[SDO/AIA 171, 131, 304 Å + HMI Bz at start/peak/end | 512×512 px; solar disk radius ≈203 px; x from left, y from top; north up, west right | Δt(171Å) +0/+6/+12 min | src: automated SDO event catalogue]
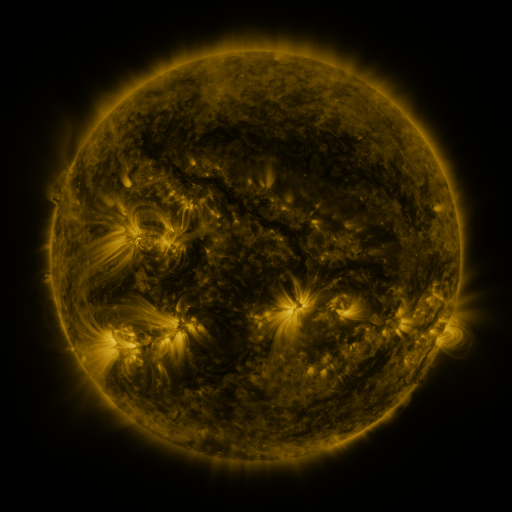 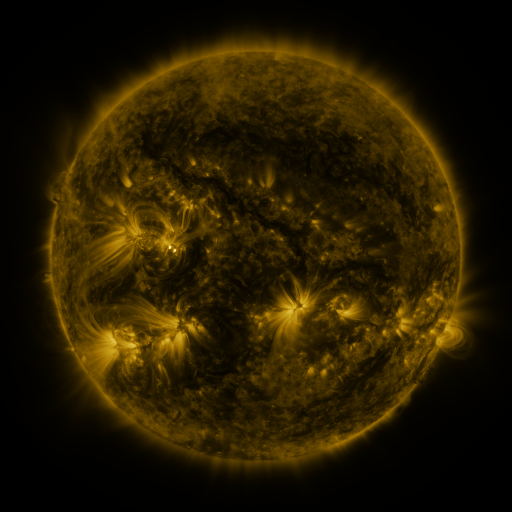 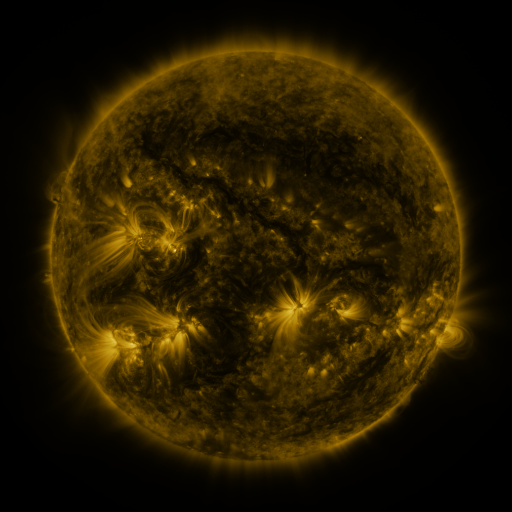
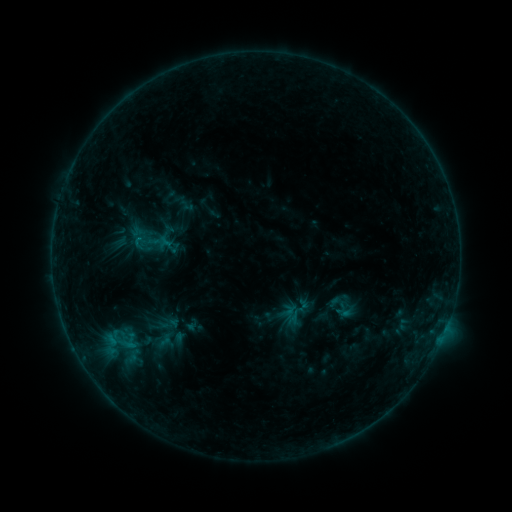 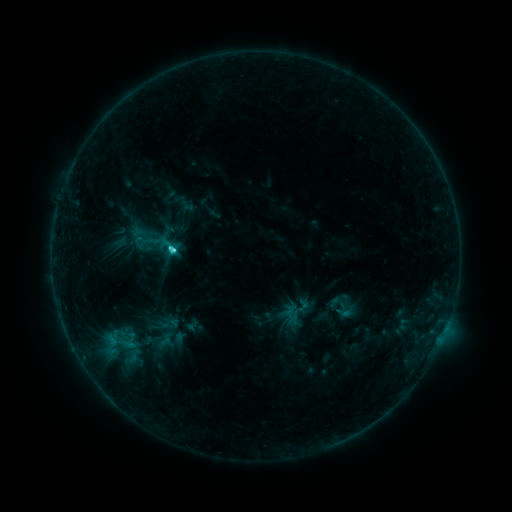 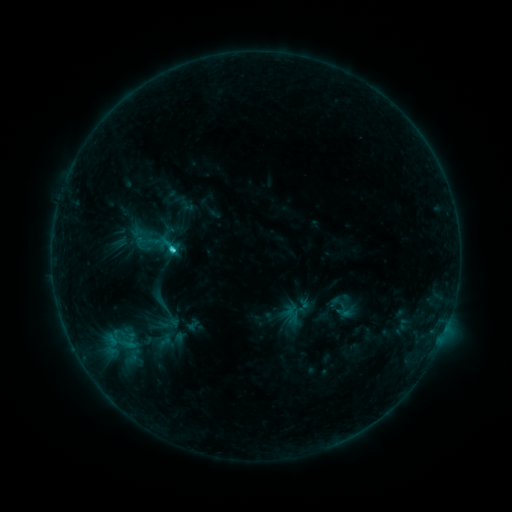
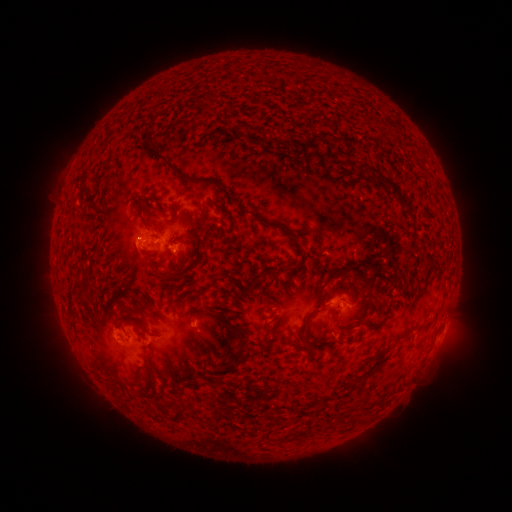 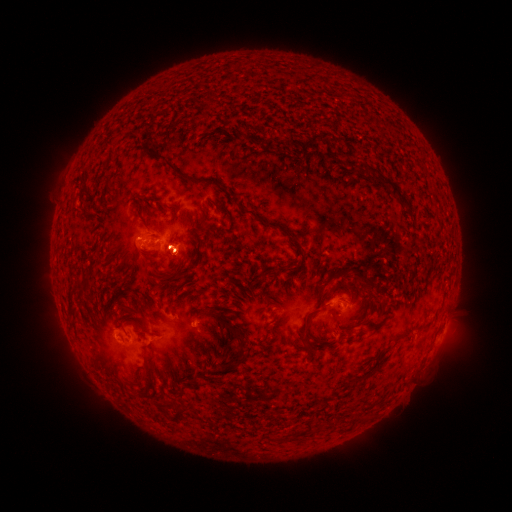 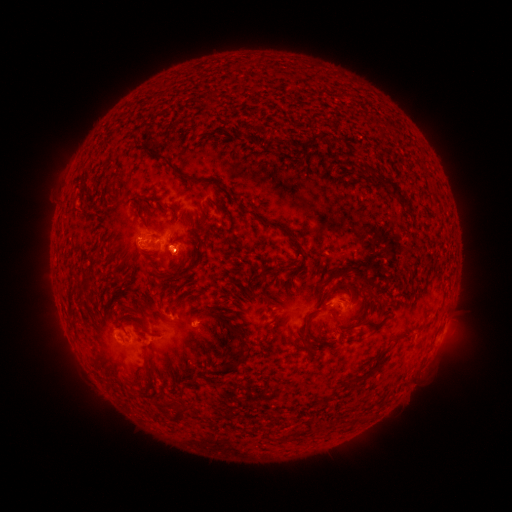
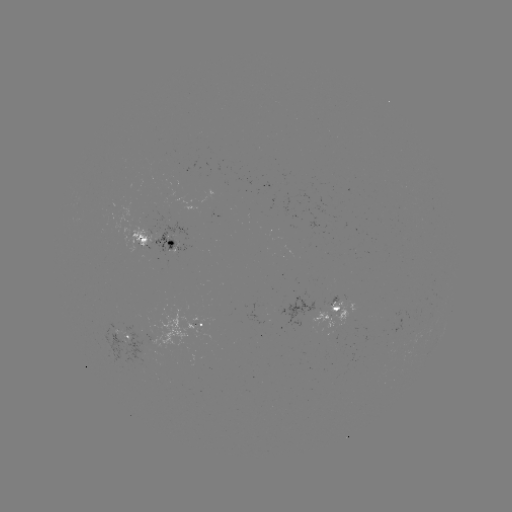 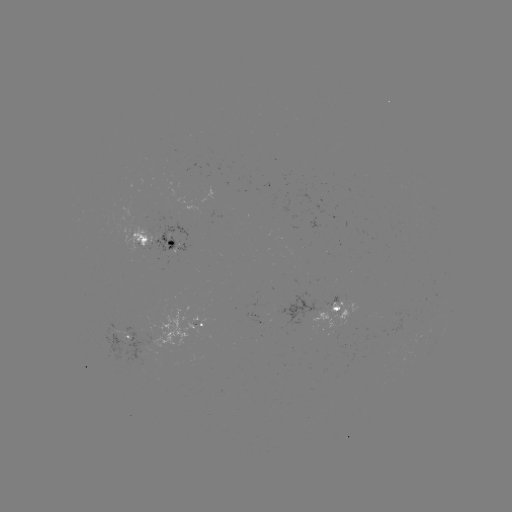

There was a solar flare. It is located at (173, 252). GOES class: C2.7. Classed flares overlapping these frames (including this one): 1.